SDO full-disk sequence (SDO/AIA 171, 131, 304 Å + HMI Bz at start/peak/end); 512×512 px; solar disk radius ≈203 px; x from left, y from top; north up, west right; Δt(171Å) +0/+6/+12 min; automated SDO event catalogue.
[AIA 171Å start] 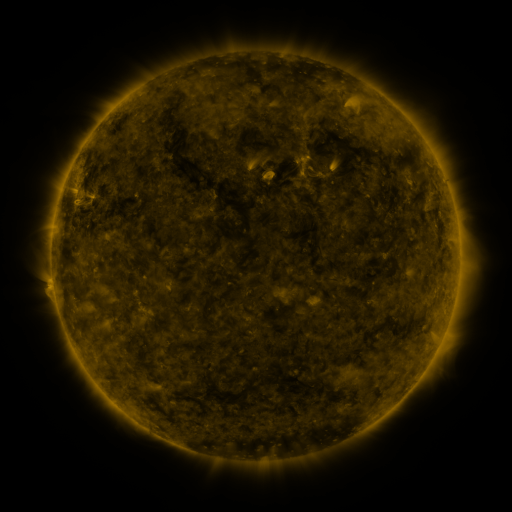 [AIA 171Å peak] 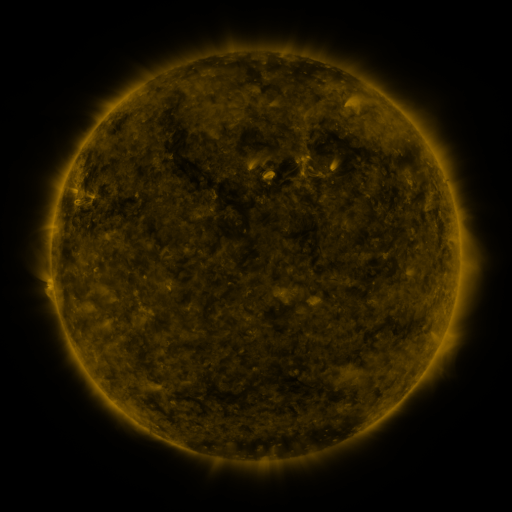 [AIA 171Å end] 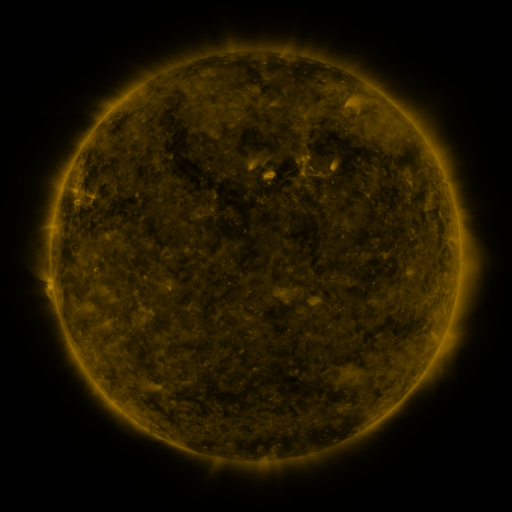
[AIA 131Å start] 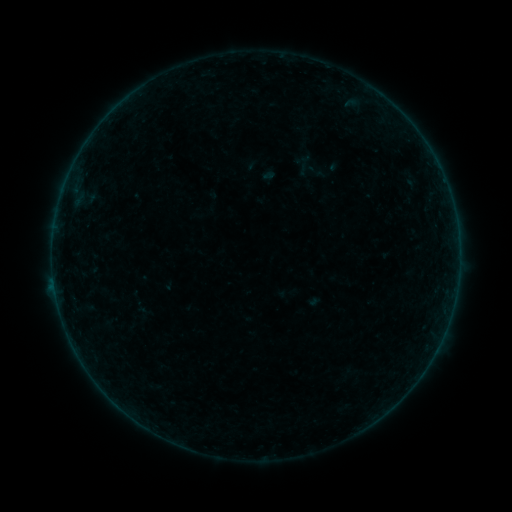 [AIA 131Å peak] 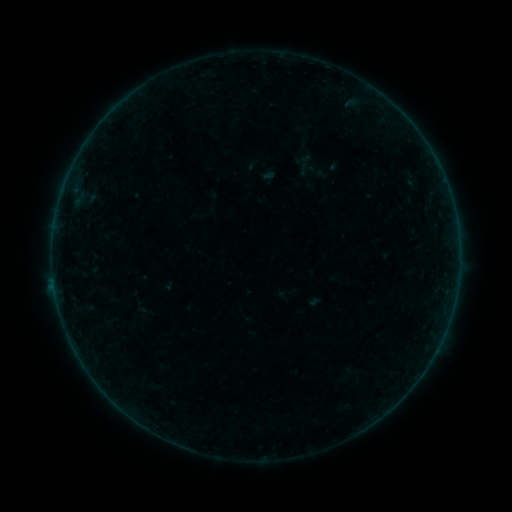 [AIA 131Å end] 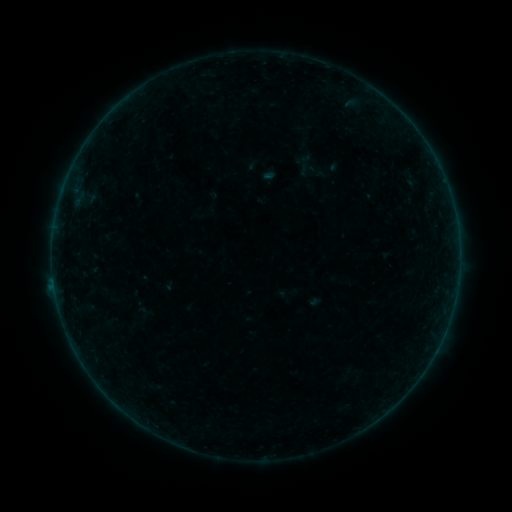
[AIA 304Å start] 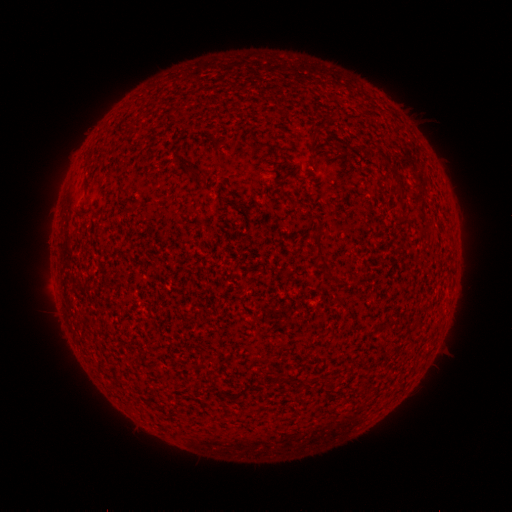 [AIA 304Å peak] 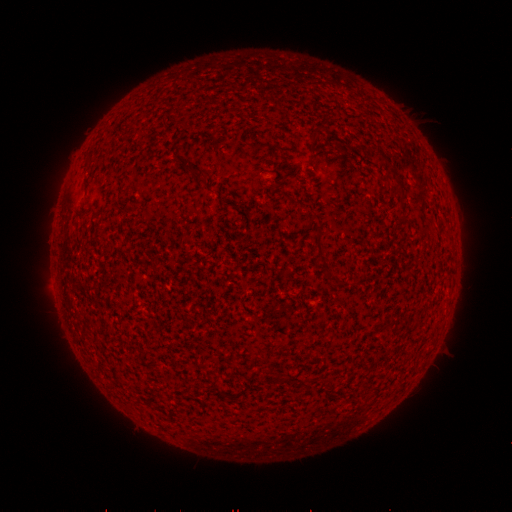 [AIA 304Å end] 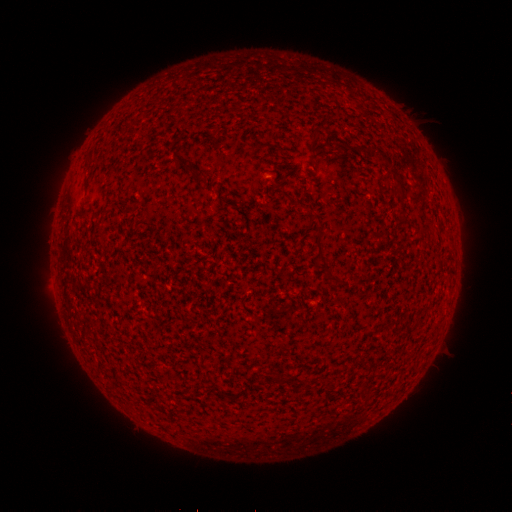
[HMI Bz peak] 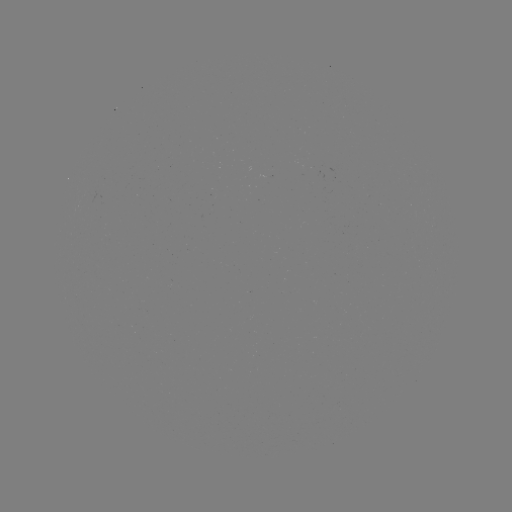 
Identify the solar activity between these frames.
B2.1 flare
